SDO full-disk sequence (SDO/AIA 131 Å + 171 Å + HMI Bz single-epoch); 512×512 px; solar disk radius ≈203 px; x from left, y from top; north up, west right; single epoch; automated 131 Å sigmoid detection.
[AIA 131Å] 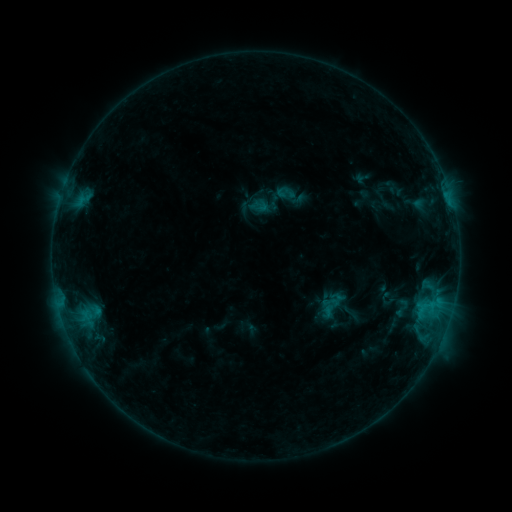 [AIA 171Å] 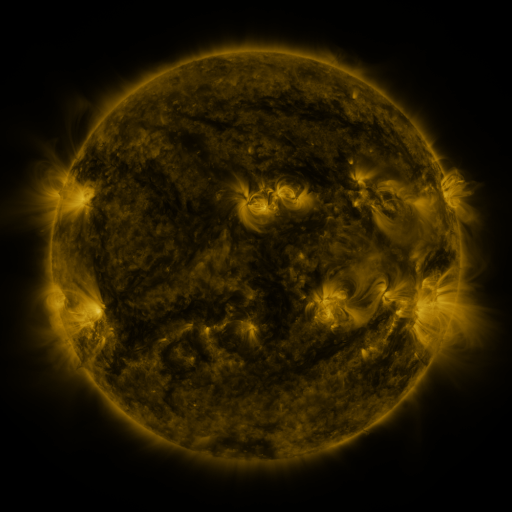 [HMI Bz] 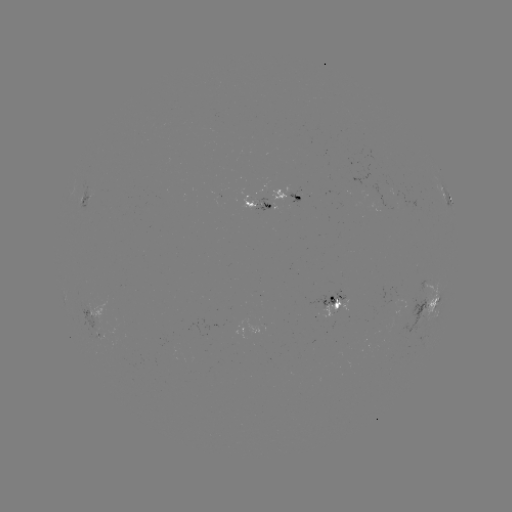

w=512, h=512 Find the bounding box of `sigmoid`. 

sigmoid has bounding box [391, 296, 412, 319].